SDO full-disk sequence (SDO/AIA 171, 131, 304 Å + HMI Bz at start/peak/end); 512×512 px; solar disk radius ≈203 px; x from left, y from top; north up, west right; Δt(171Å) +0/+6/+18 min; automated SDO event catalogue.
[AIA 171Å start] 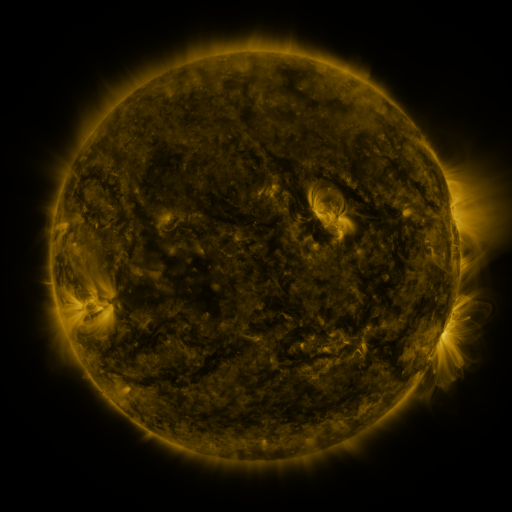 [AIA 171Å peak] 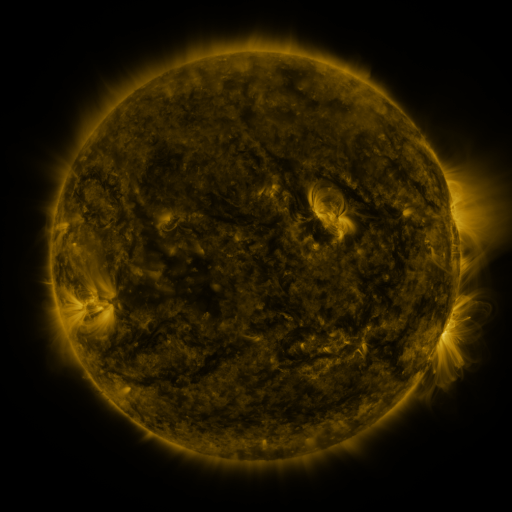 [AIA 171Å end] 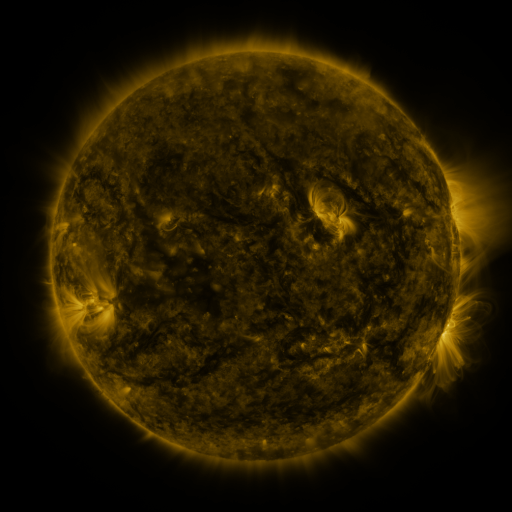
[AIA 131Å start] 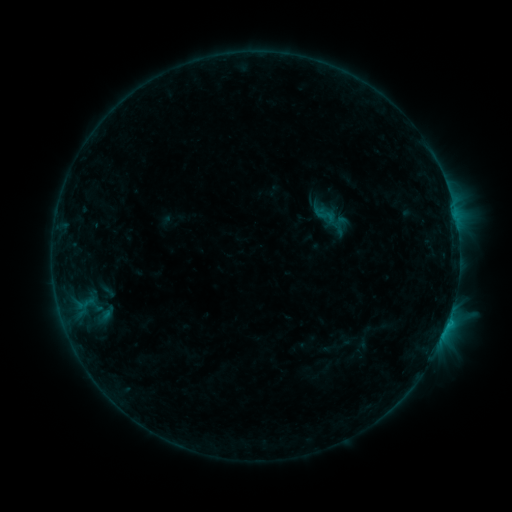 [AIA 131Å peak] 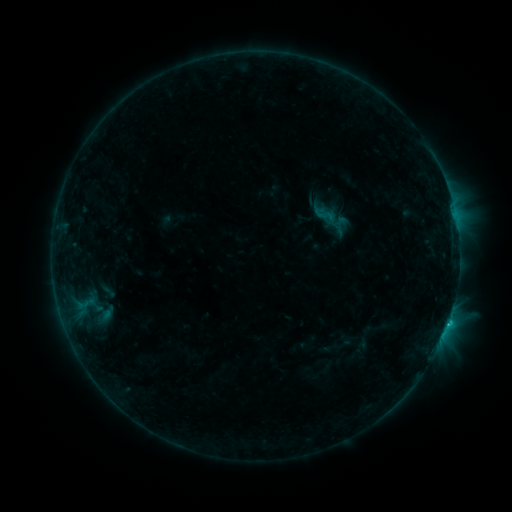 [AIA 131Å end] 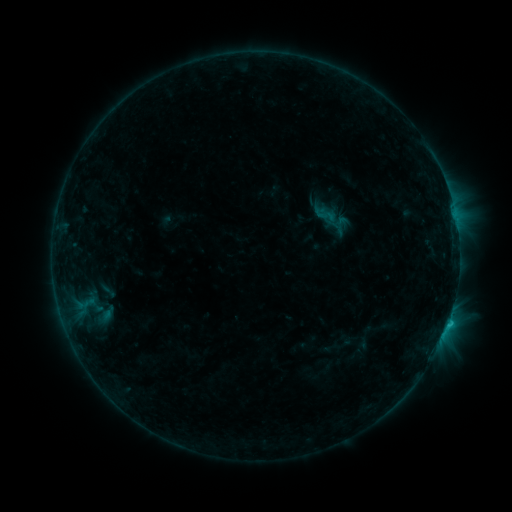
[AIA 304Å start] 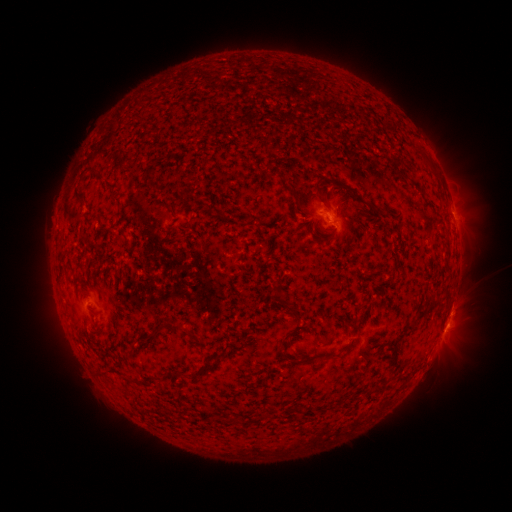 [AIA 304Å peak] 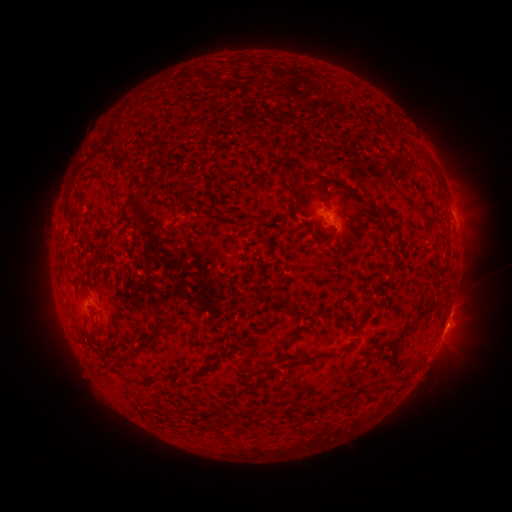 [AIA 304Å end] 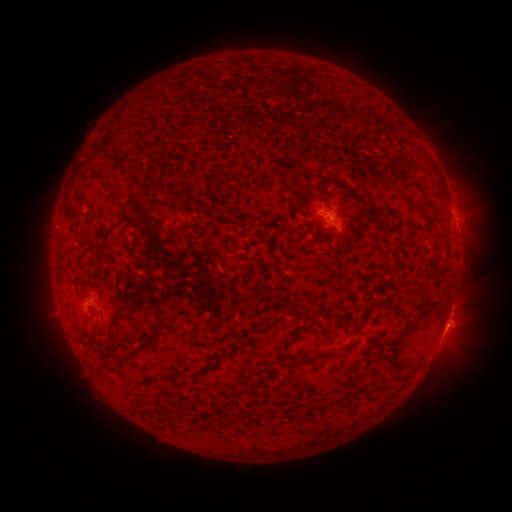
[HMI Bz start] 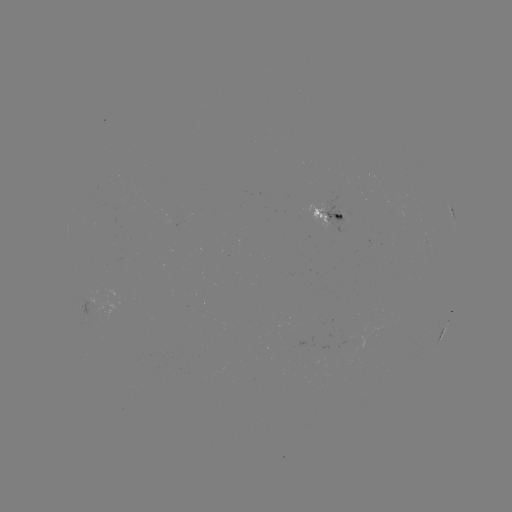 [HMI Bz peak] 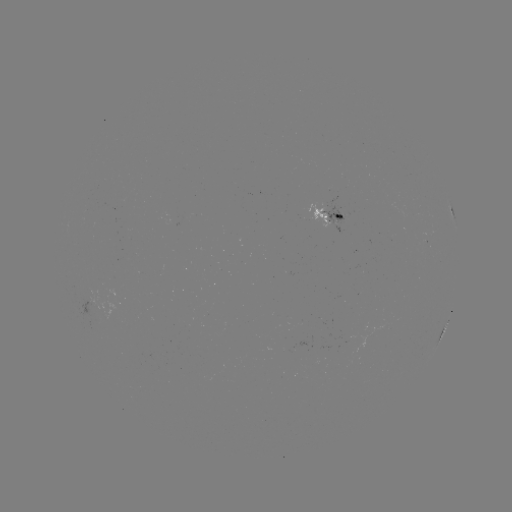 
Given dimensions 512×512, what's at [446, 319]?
C1.7 flare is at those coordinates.